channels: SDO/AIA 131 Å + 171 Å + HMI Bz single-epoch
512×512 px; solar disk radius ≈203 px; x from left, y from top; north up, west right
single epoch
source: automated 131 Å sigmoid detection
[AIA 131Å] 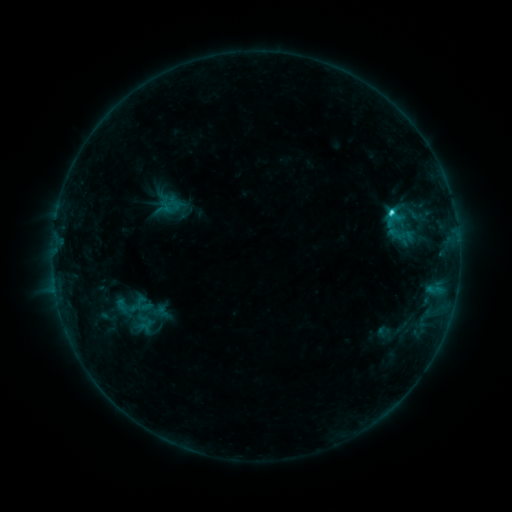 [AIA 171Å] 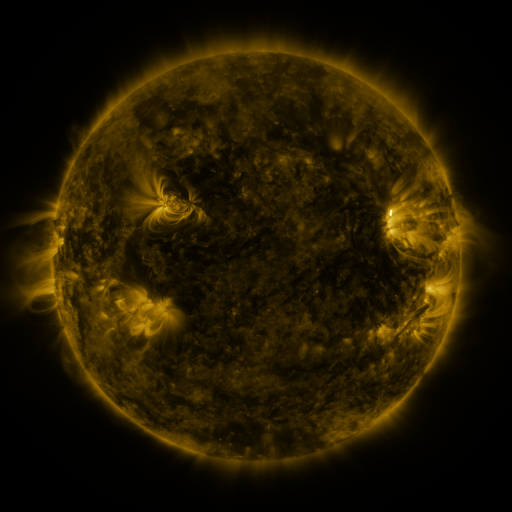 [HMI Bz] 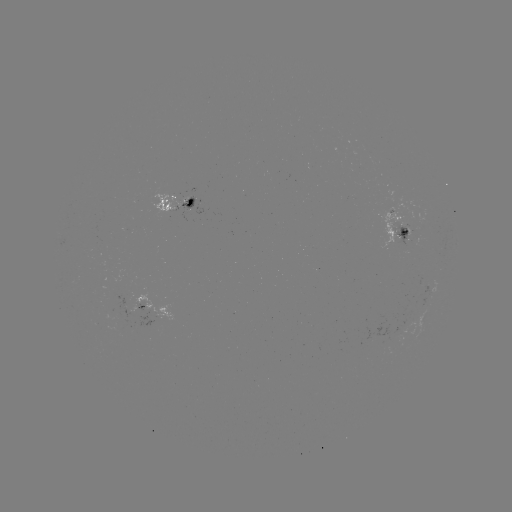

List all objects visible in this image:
sigmoid: (387, 218, 415, 251)
sigmoid: (108, 295, 142, 320)
